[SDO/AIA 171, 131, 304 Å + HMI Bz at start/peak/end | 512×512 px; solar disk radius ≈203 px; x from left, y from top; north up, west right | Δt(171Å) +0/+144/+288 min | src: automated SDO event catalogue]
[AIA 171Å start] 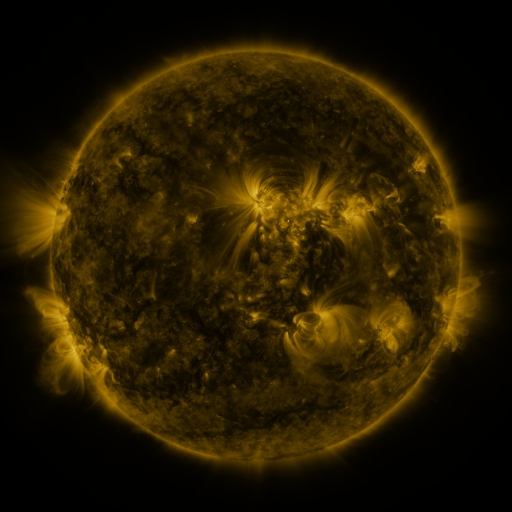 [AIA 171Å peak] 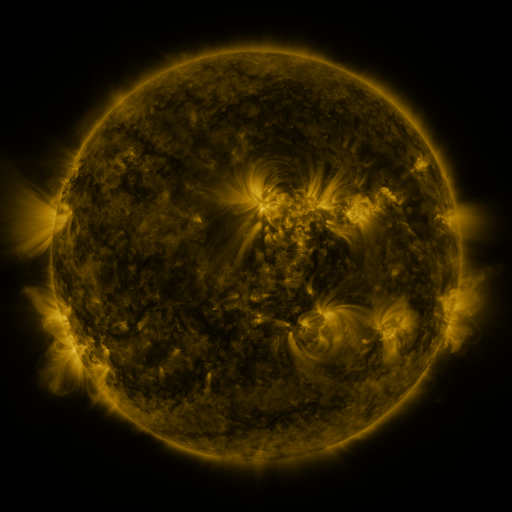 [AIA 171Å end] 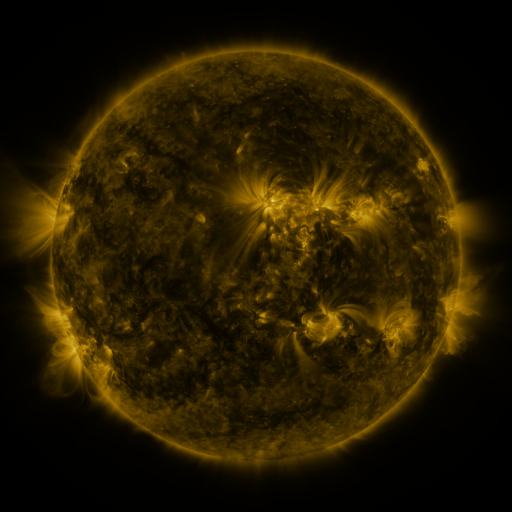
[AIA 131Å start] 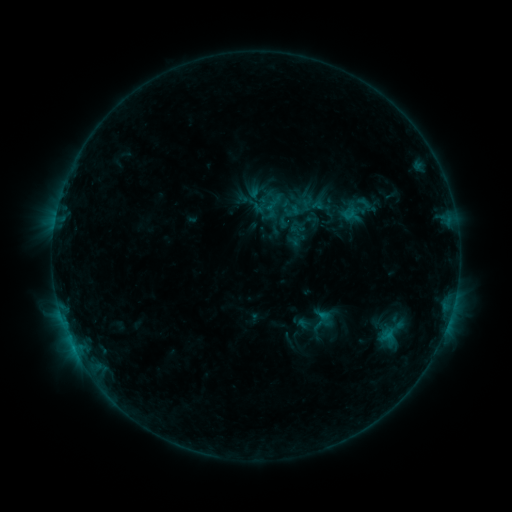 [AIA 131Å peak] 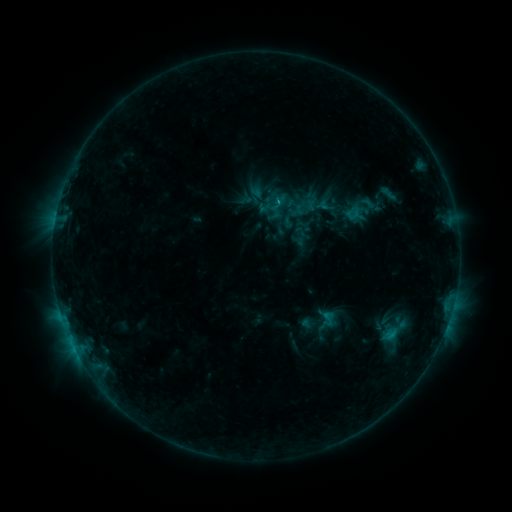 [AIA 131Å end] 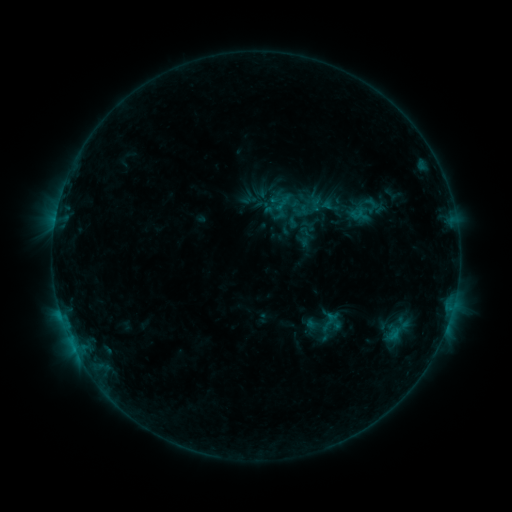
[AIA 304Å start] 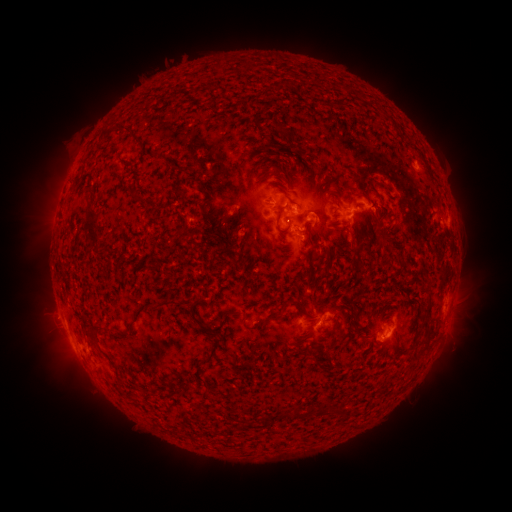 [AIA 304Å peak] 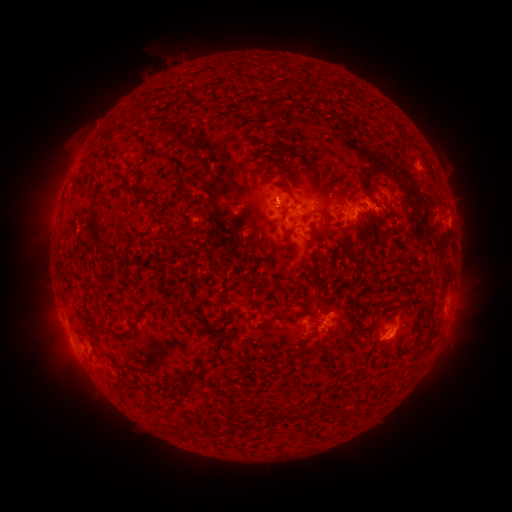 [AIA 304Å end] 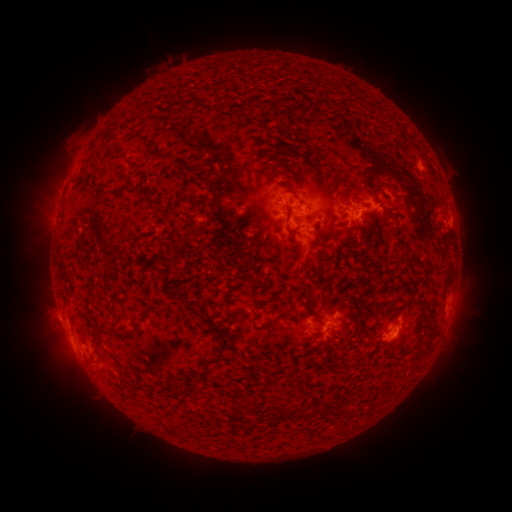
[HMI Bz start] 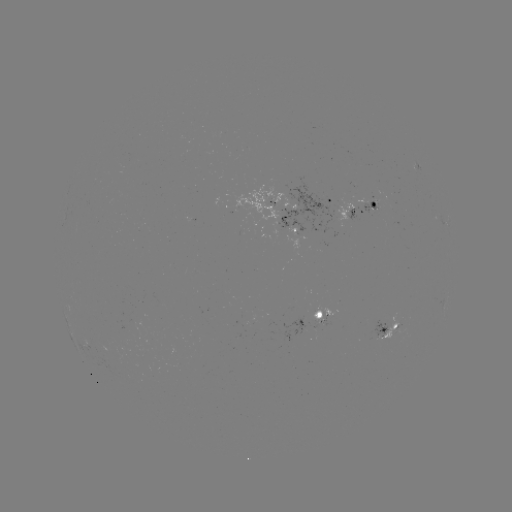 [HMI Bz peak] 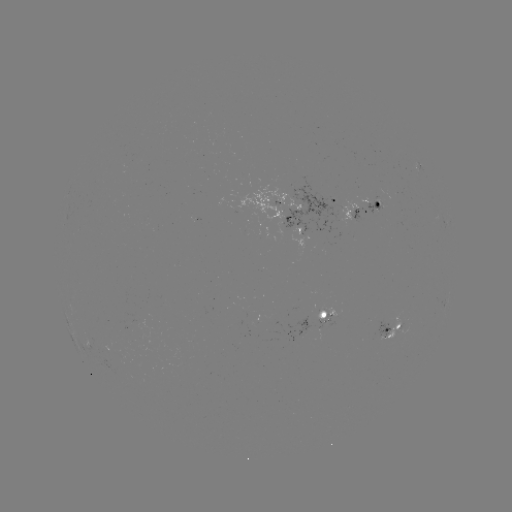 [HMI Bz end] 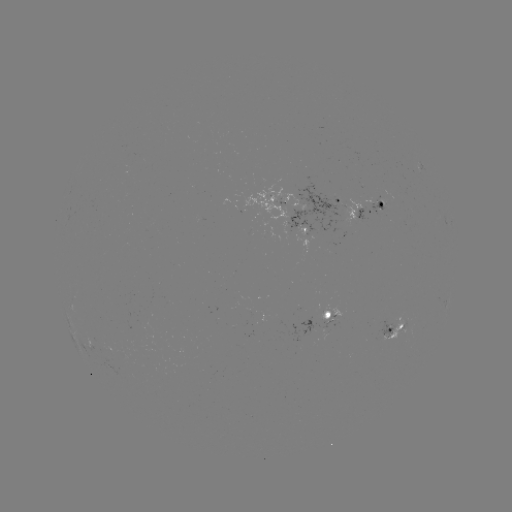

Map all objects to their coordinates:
filament eruption: (179, 53)
